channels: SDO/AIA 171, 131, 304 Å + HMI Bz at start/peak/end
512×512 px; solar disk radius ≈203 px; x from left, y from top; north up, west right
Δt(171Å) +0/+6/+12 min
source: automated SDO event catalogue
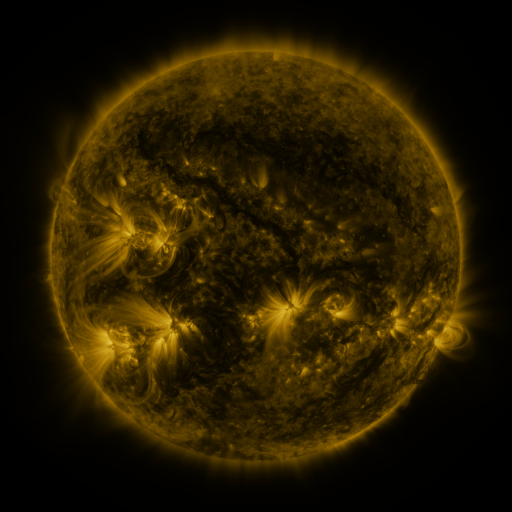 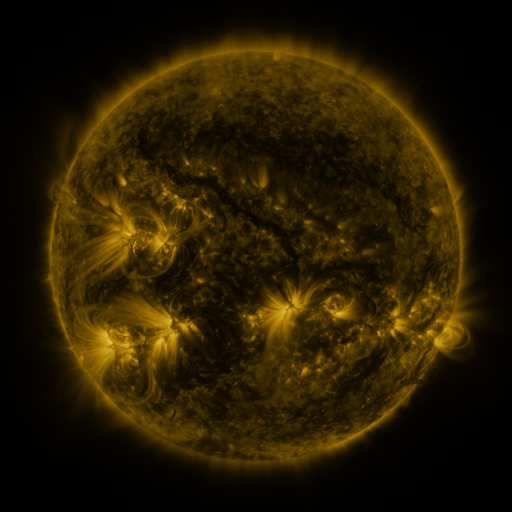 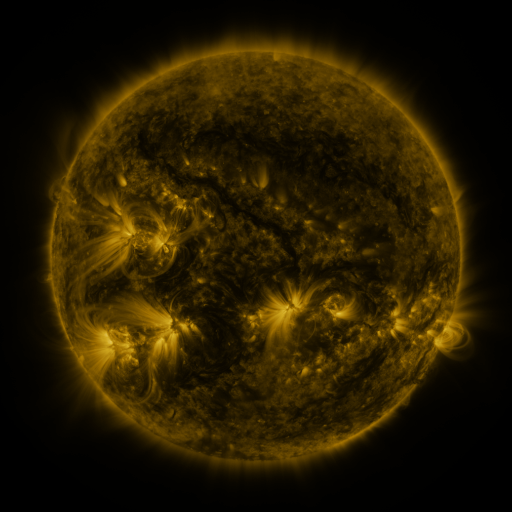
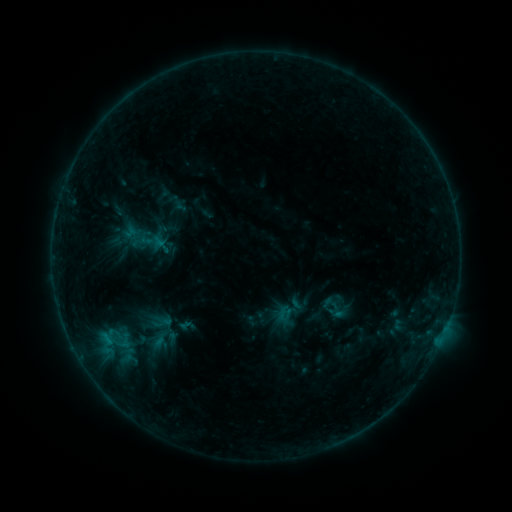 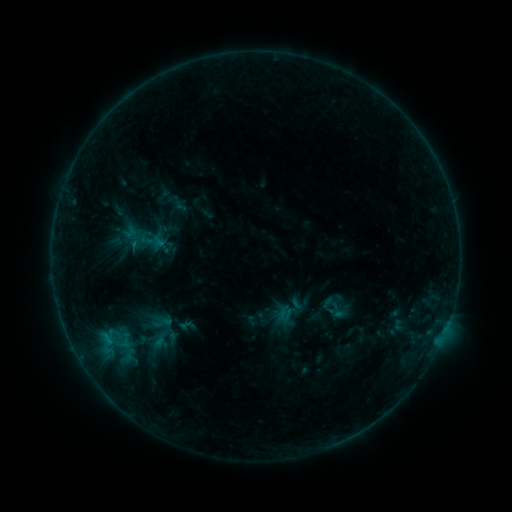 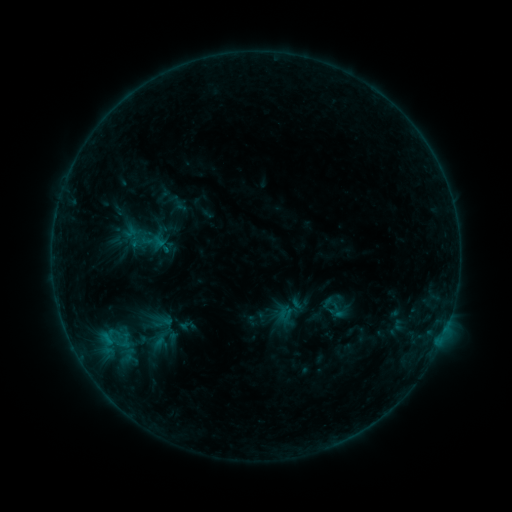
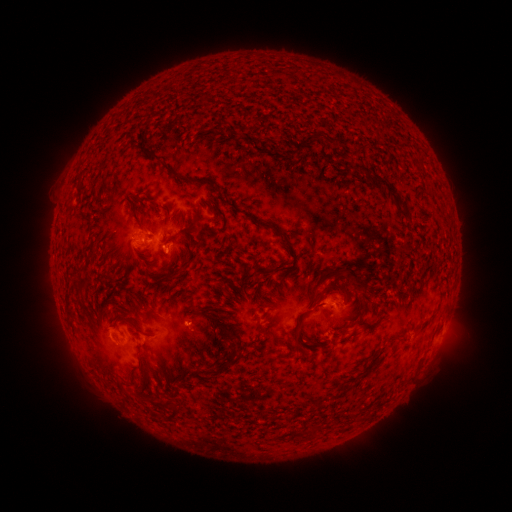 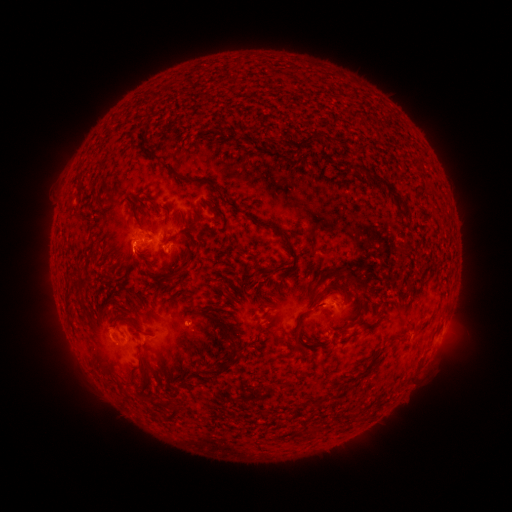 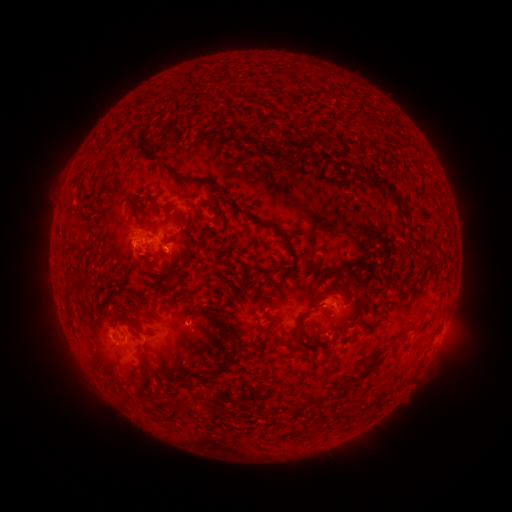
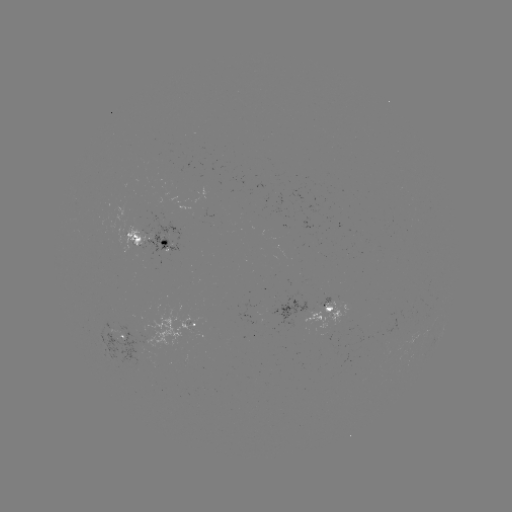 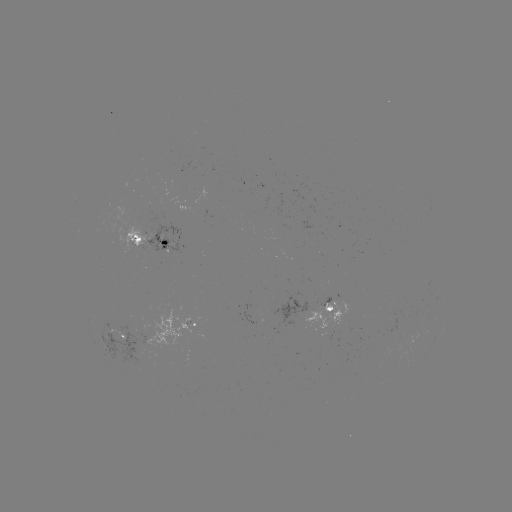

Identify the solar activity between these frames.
eruption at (138, 262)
